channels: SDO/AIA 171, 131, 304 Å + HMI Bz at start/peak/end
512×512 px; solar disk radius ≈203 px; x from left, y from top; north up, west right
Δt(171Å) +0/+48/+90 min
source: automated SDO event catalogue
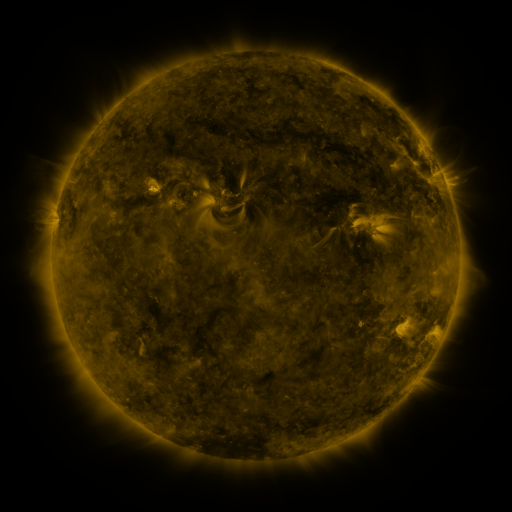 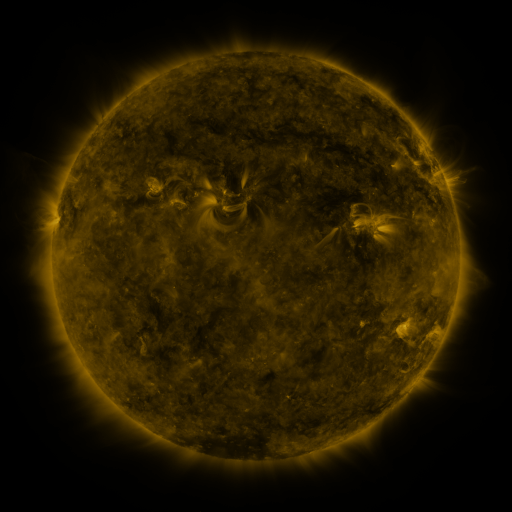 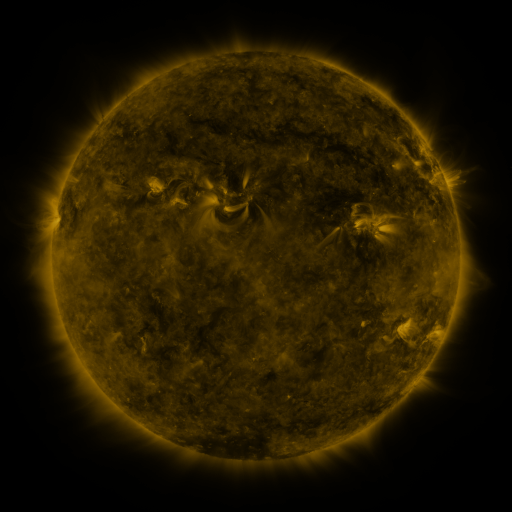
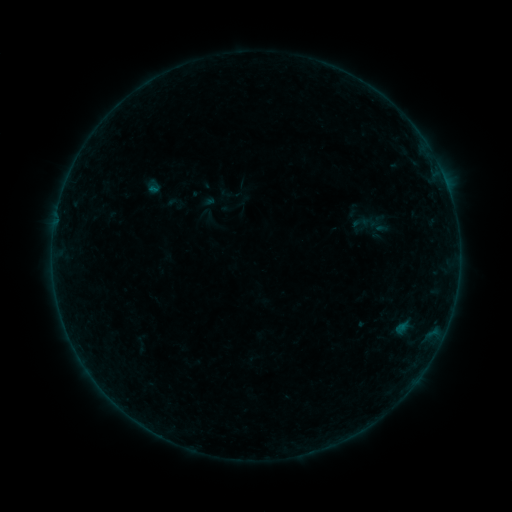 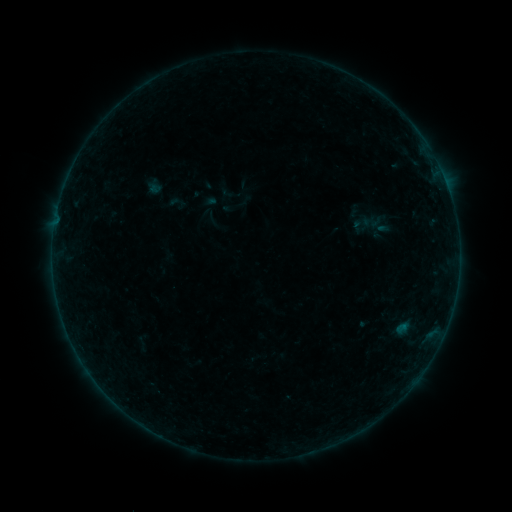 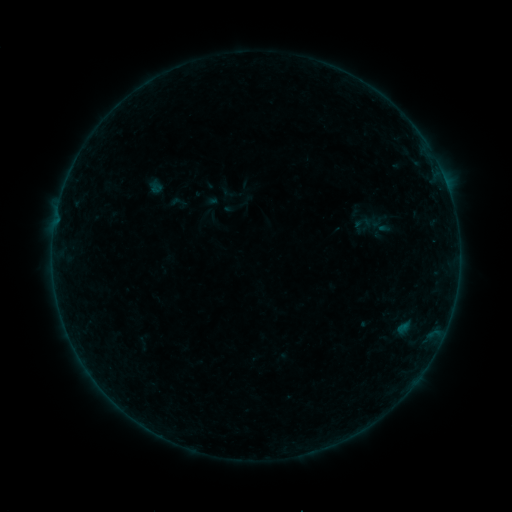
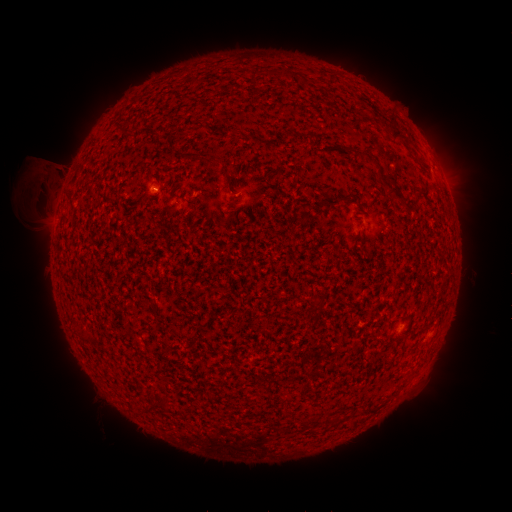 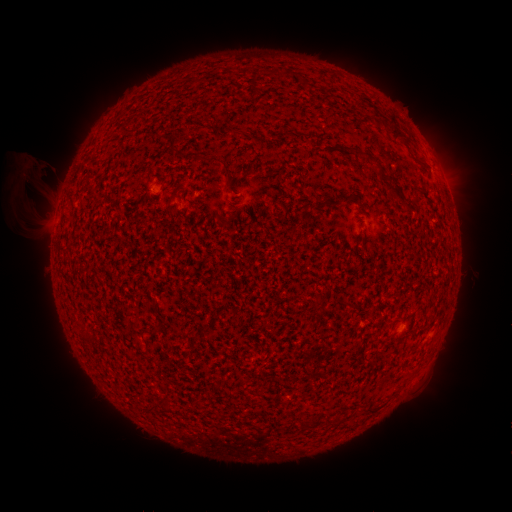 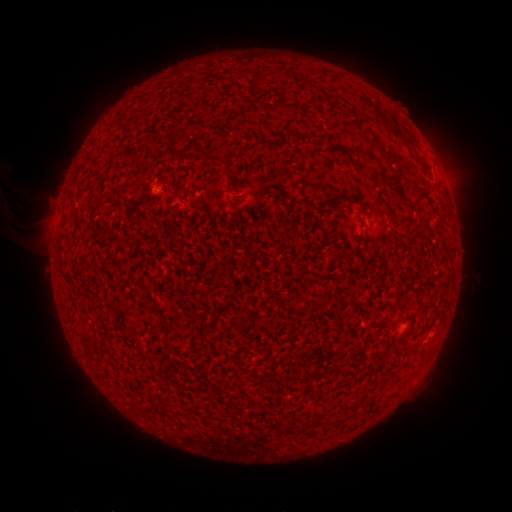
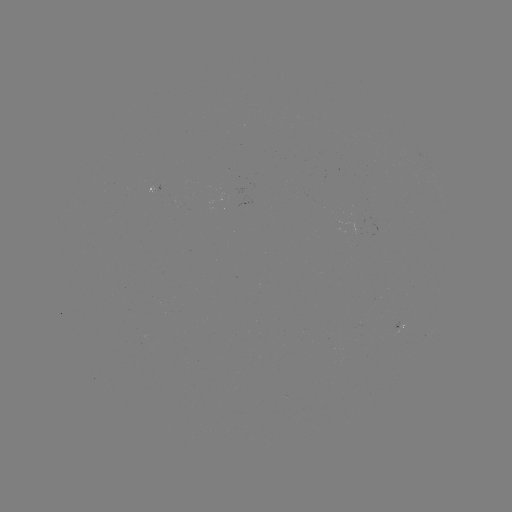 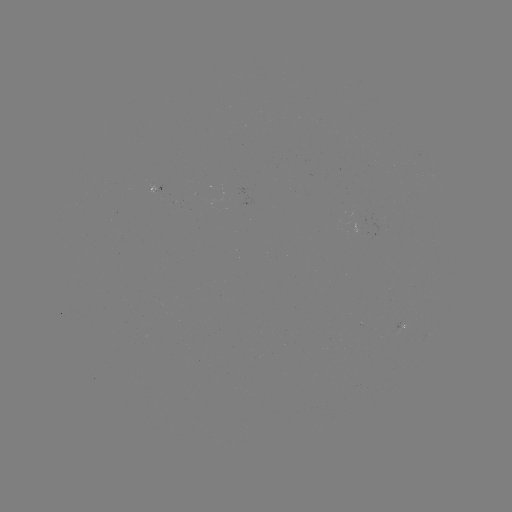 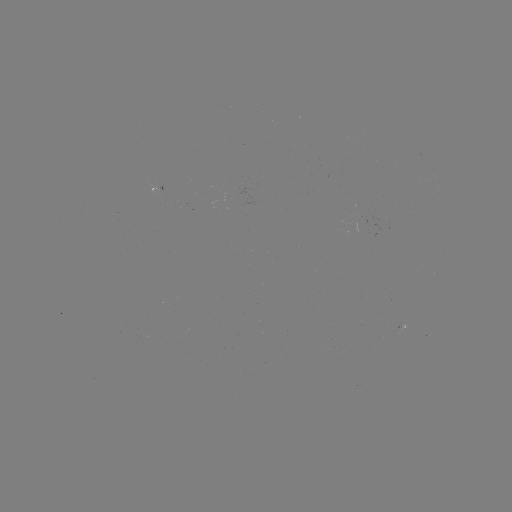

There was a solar eruption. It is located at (36, 179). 